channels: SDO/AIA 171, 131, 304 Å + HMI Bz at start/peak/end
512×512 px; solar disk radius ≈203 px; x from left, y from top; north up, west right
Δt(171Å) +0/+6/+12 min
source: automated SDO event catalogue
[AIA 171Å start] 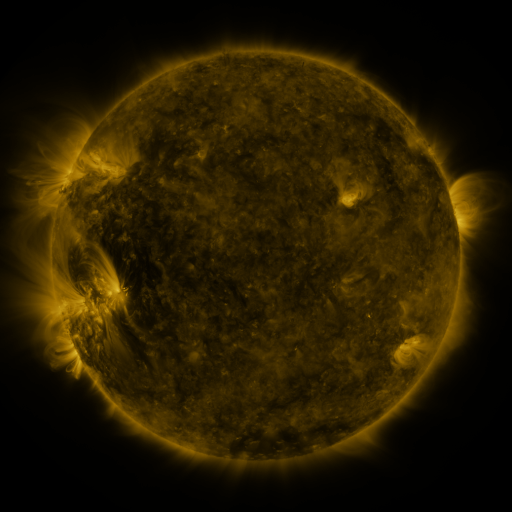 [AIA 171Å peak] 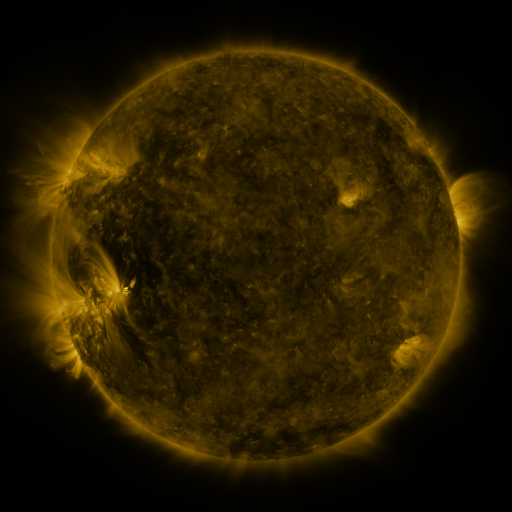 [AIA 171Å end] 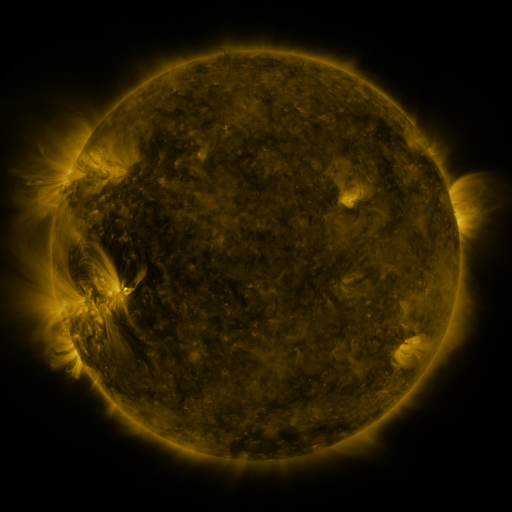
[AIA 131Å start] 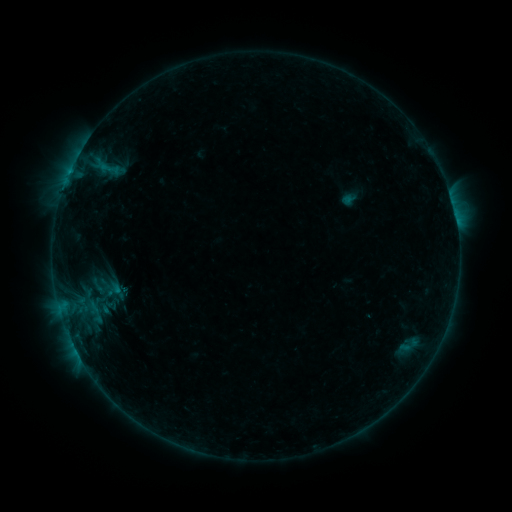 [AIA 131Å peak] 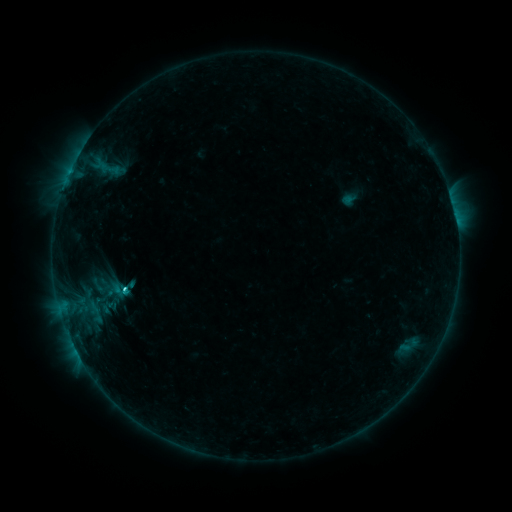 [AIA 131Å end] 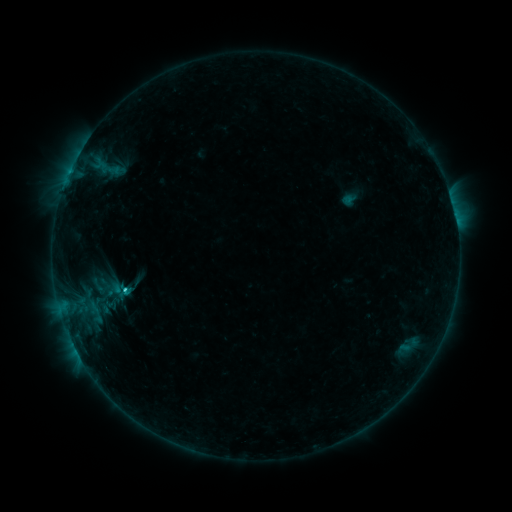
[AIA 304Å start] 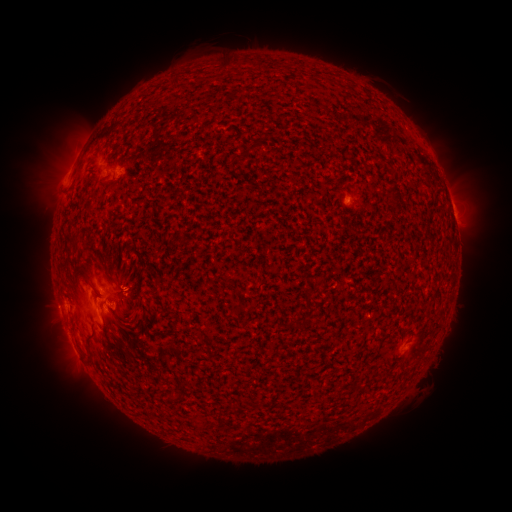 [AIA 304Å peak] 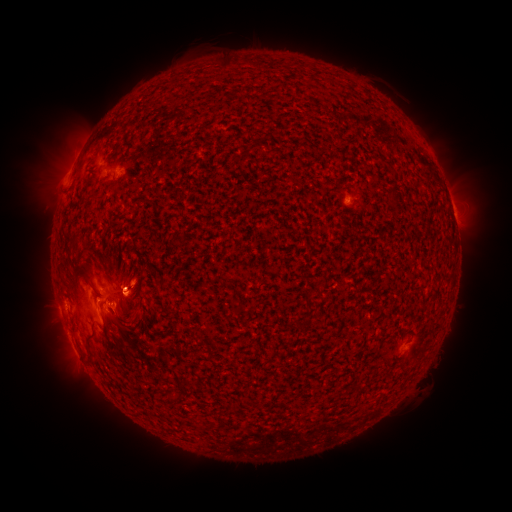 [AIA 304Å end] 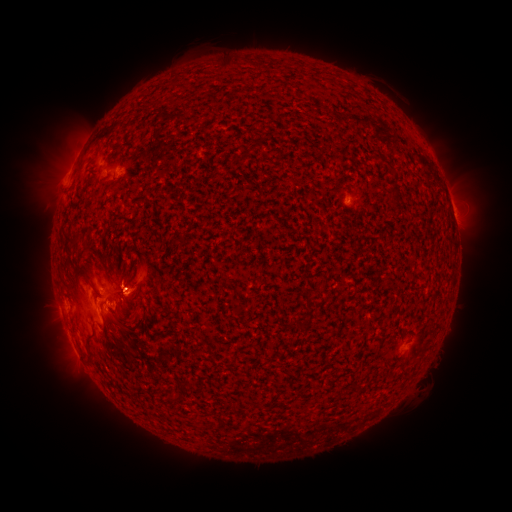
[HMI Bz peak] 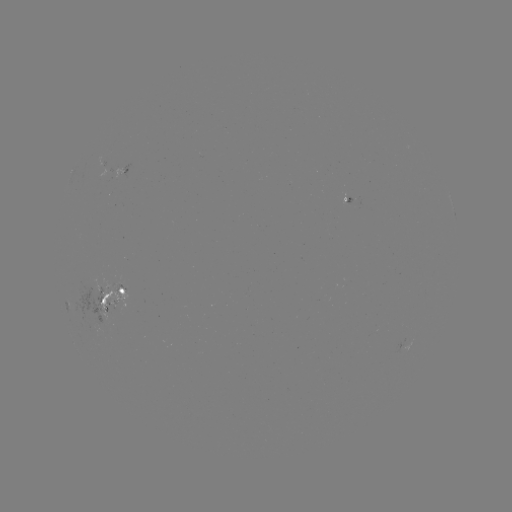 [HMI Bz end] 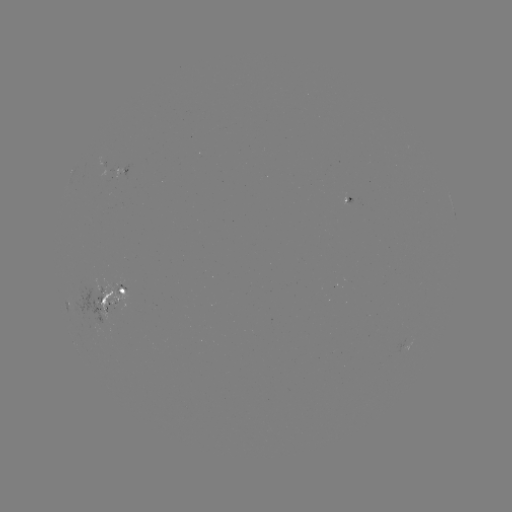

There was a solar flare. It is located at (126, 287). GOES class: C1.6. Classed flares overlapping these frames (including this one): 1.